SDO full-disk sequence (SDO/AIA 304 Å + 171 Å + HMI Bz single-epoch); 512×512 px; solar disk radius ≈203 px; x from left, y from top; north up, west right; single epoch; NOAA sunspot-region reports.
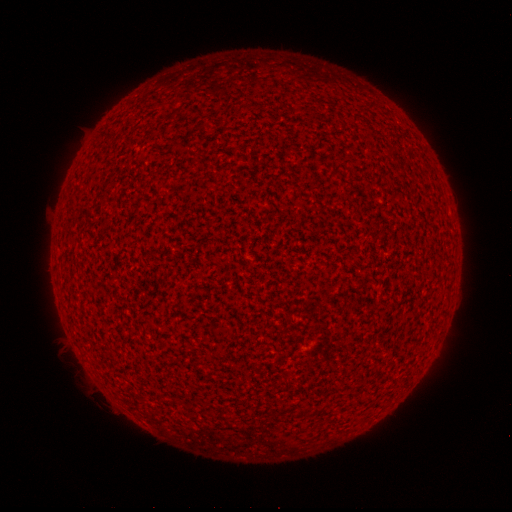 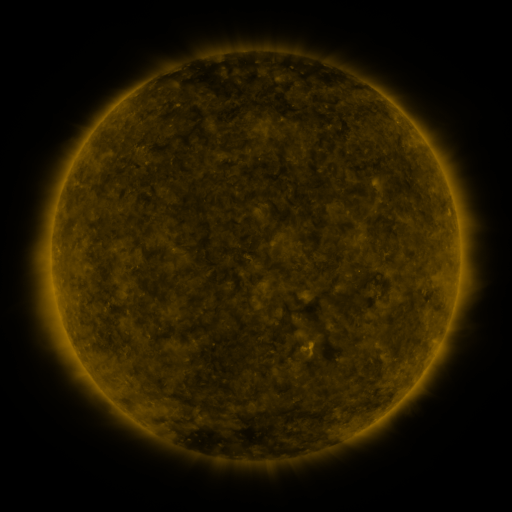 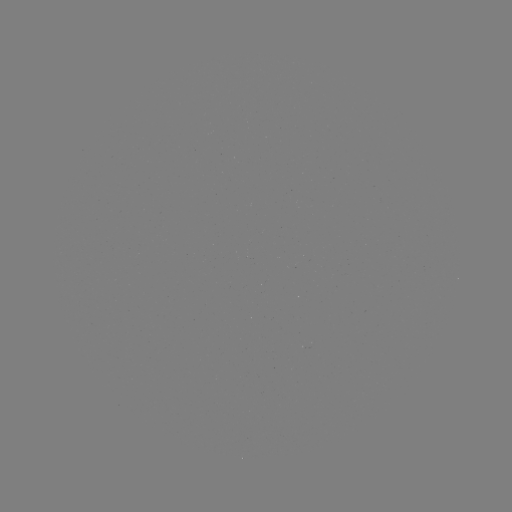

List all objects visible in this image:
(none)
